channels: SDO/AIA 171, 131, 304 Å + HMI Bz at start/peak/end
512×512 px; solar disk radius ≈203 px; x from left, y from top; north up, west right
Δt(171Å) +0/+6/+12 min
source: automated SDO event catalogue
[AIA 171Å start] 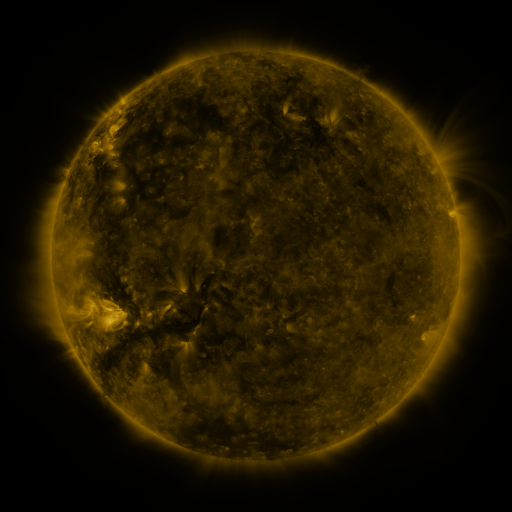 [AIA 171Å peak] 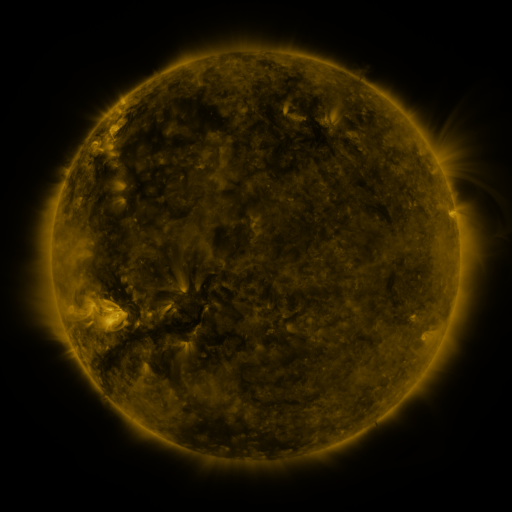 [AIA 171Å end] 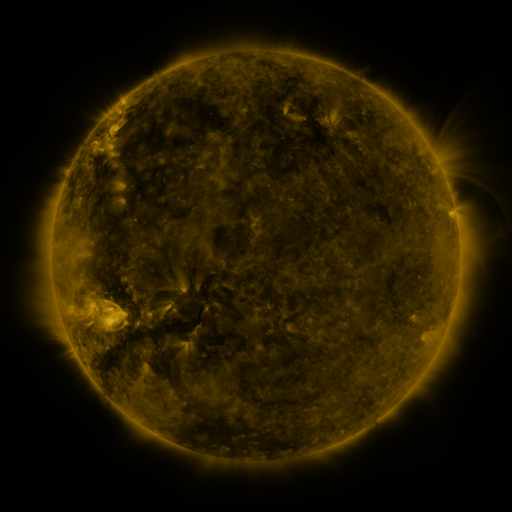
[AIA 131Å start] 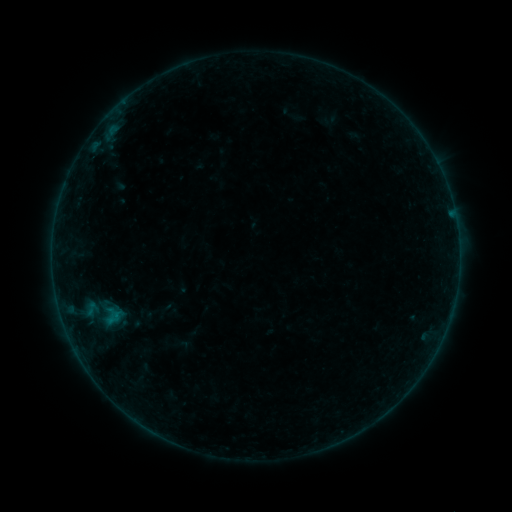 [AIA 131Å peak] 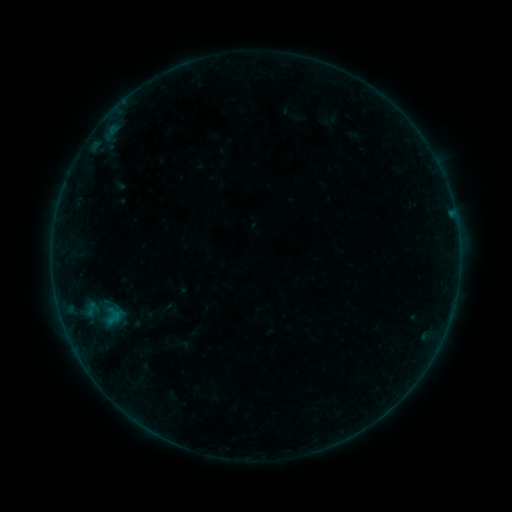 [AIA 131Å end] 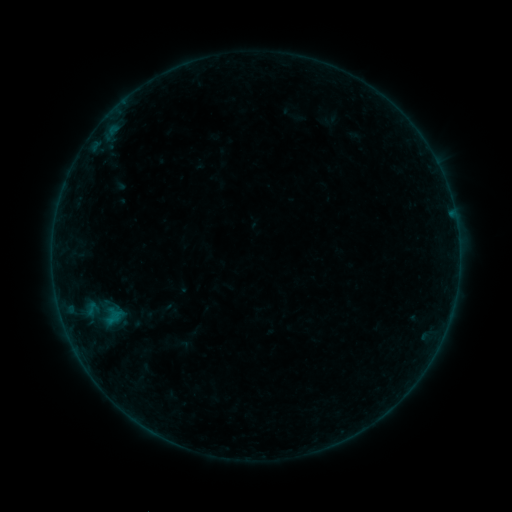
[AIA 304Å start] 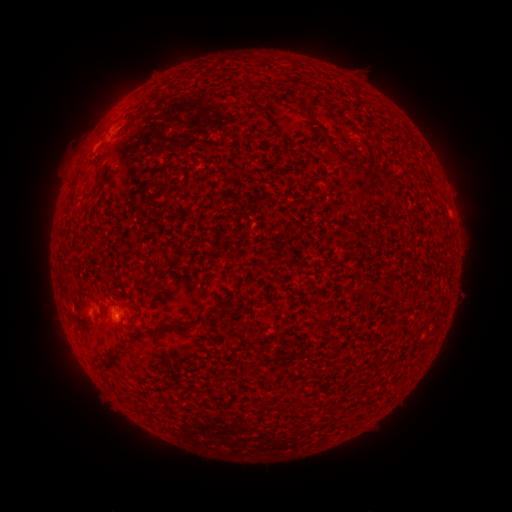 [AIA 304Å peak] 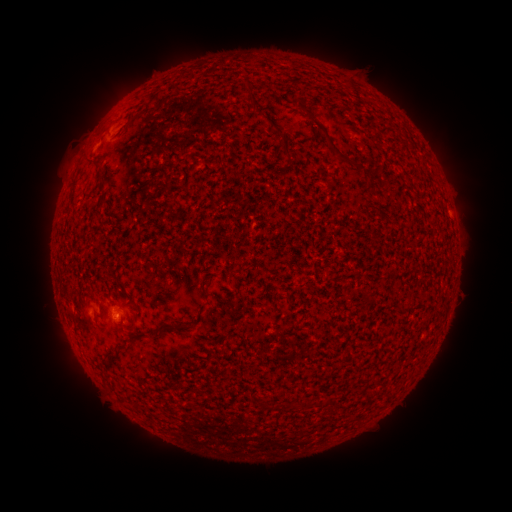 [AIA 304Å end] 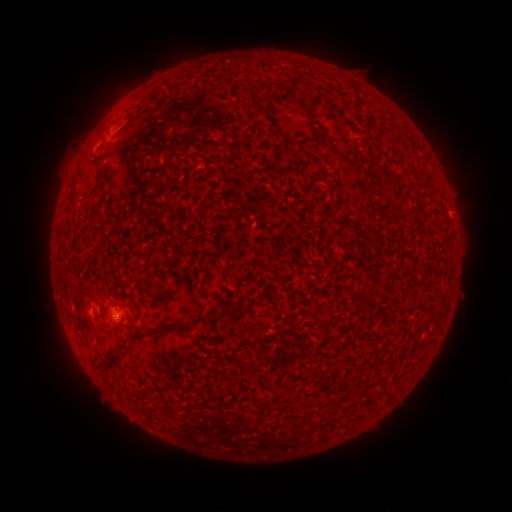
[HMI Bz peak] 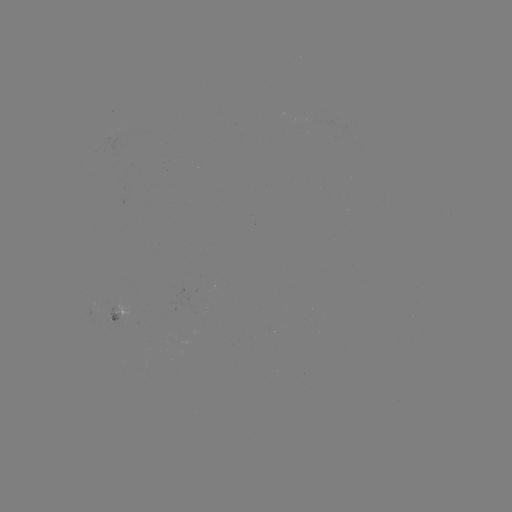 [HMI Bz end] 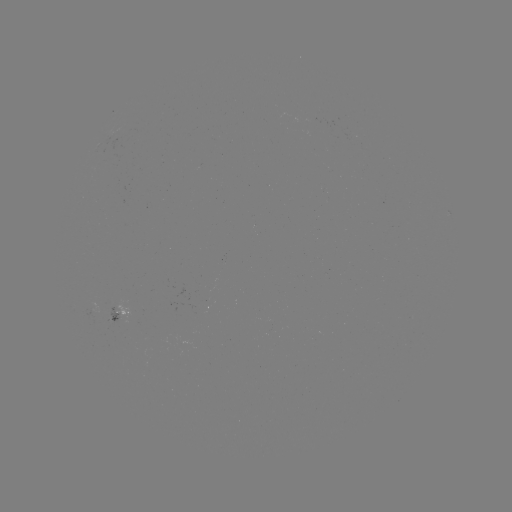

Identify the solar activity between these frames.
no catalogued flare and no flagged EUV brightening in this window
